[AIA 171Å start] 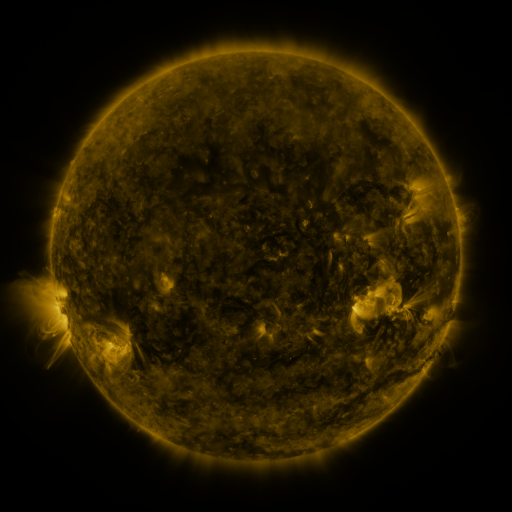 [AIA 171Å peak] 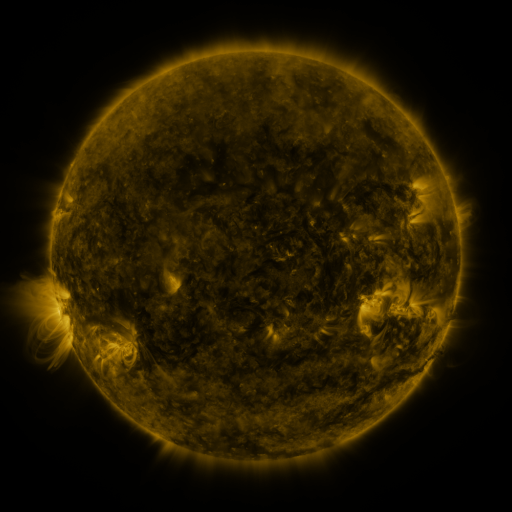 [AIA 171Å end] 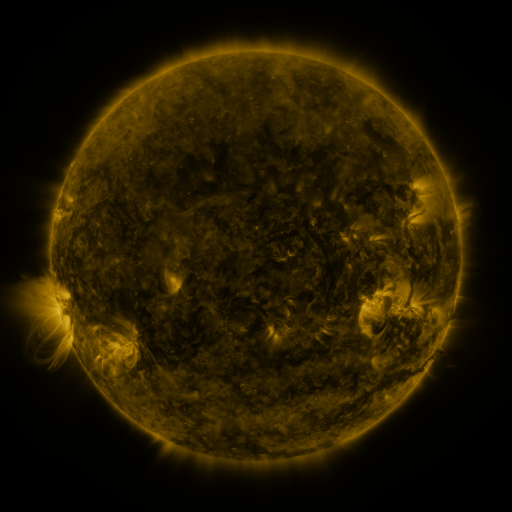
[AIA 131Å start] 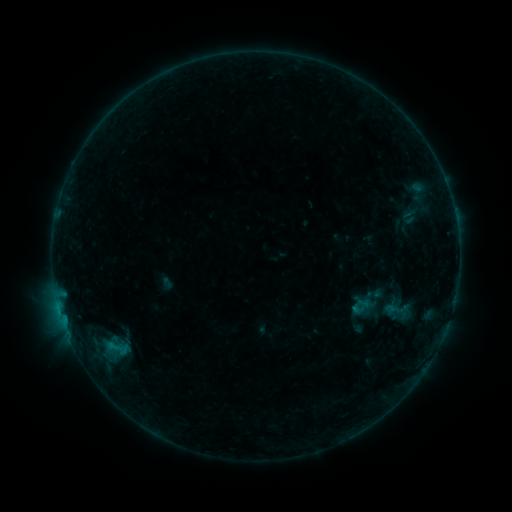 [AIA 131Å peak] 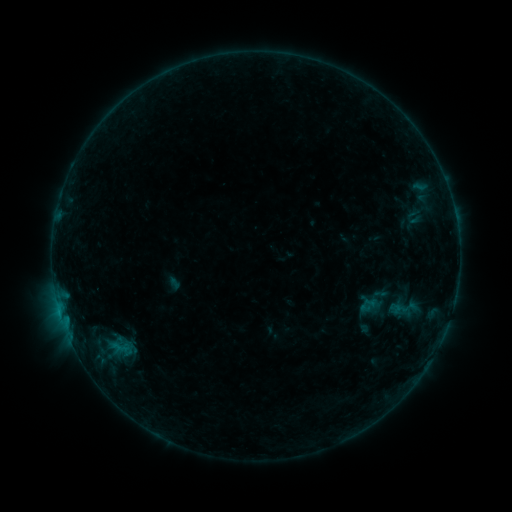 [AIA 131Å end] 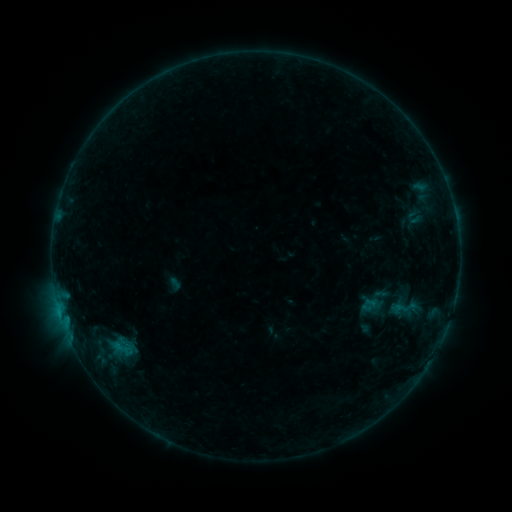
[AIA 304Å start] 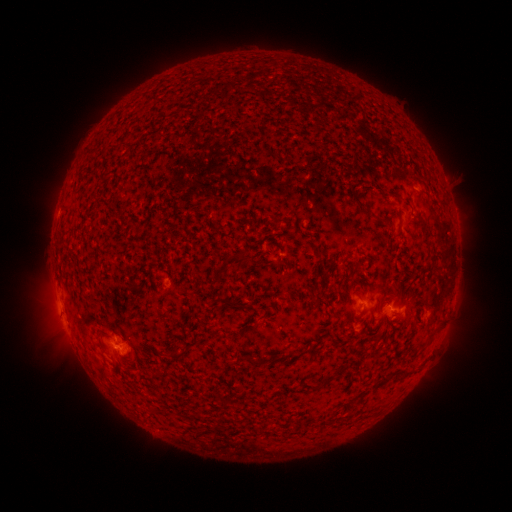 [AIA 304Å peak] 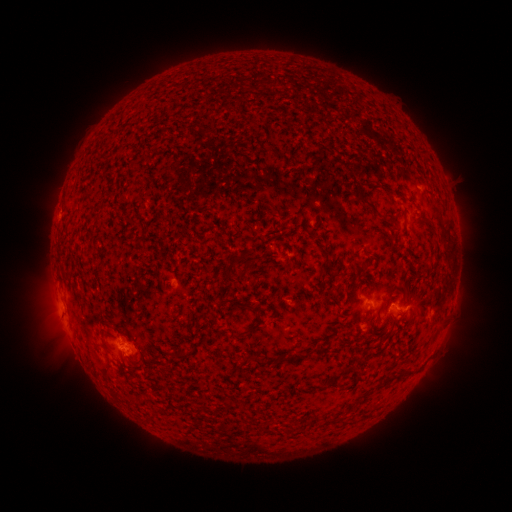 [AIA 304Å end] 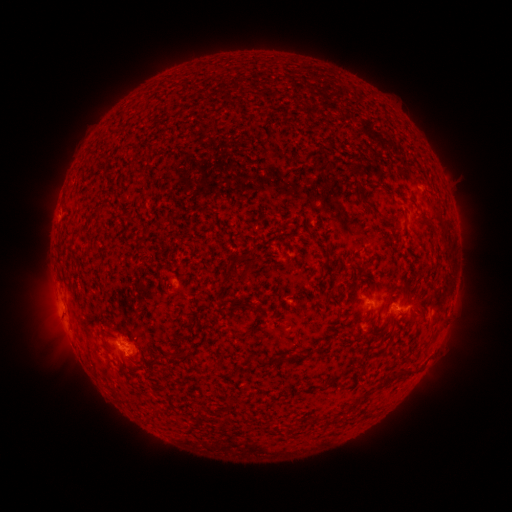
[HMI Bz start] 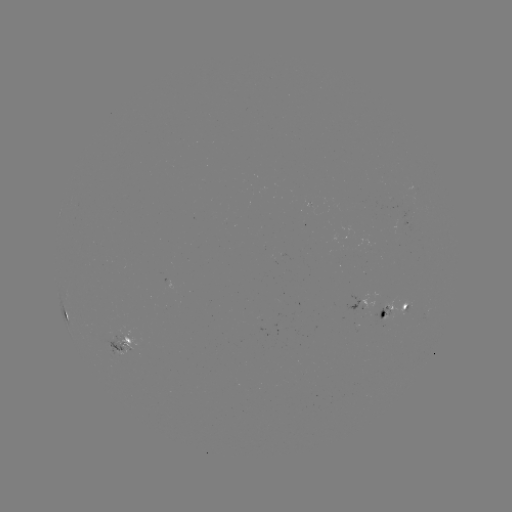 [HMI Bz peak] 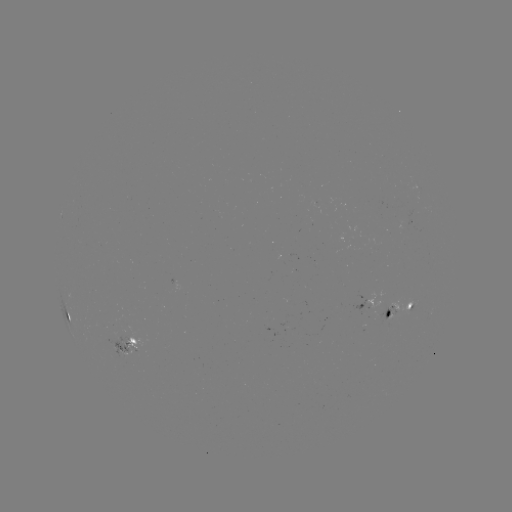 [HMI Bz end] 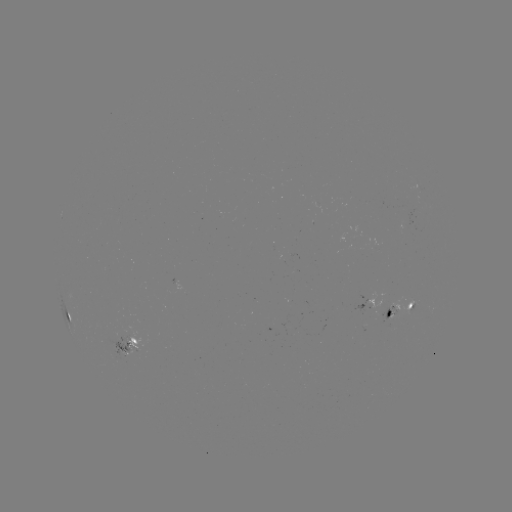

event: emerging-flux region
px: (315, 204)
